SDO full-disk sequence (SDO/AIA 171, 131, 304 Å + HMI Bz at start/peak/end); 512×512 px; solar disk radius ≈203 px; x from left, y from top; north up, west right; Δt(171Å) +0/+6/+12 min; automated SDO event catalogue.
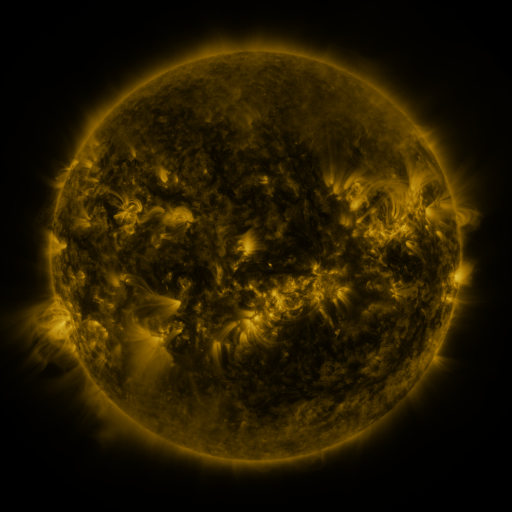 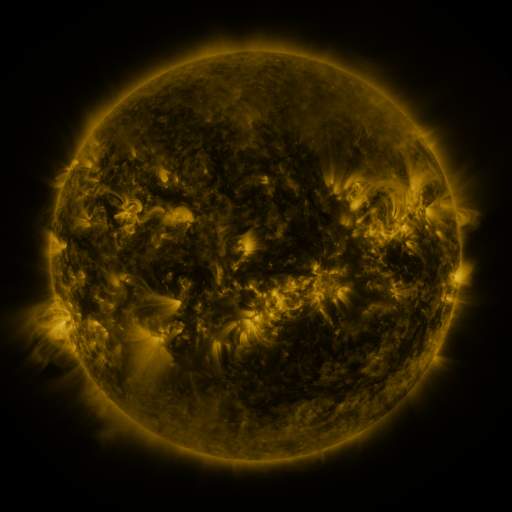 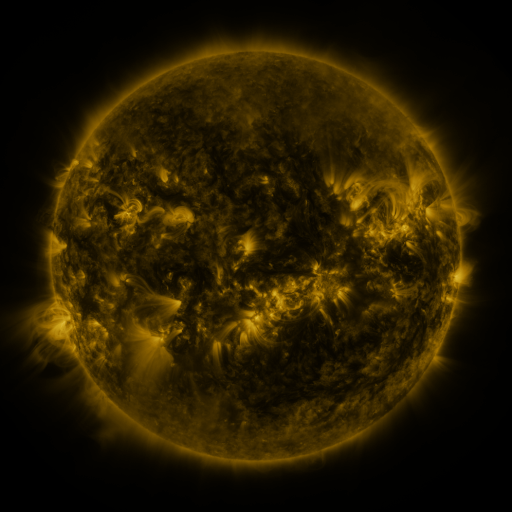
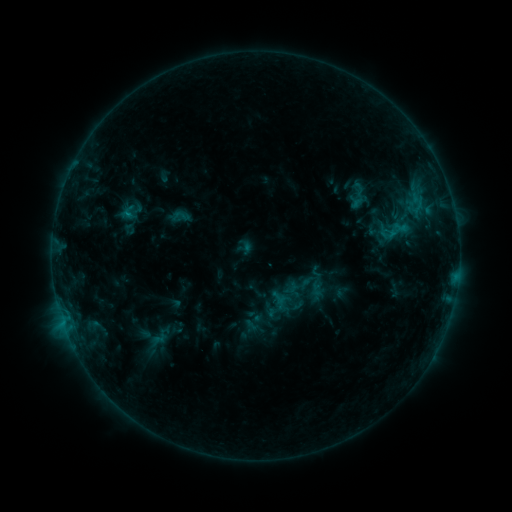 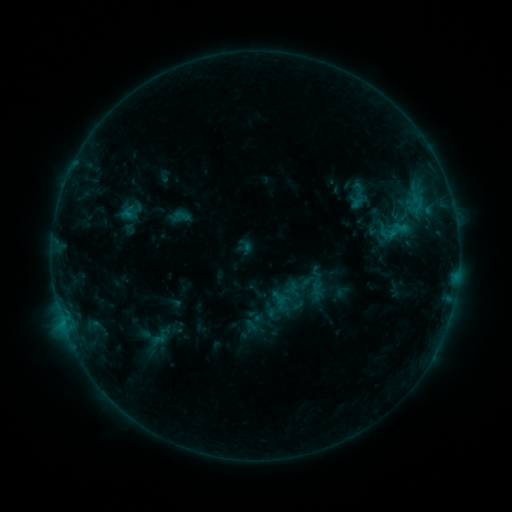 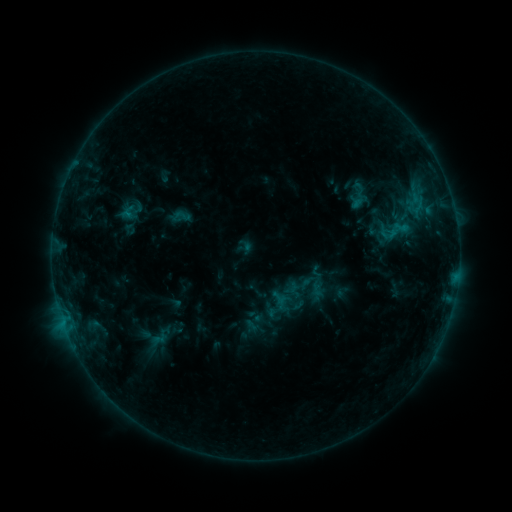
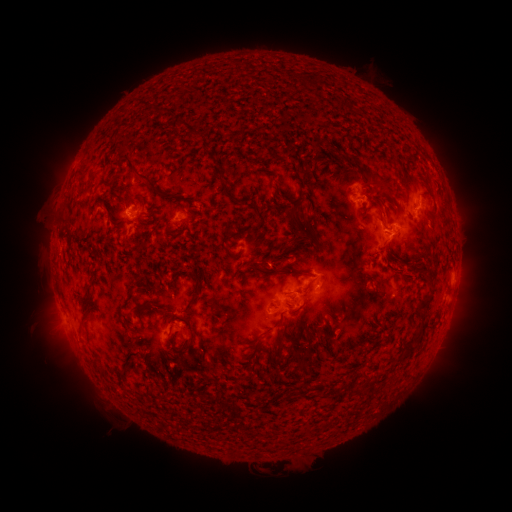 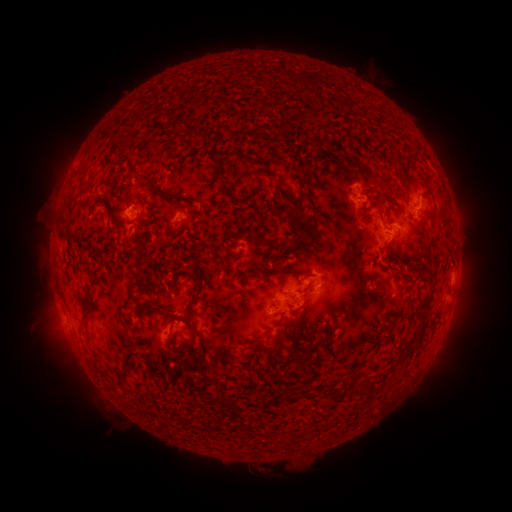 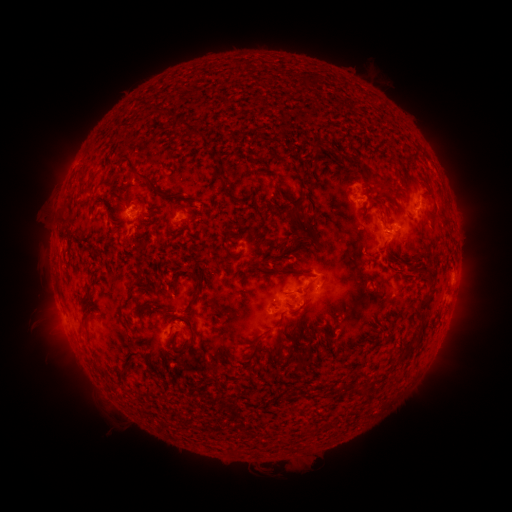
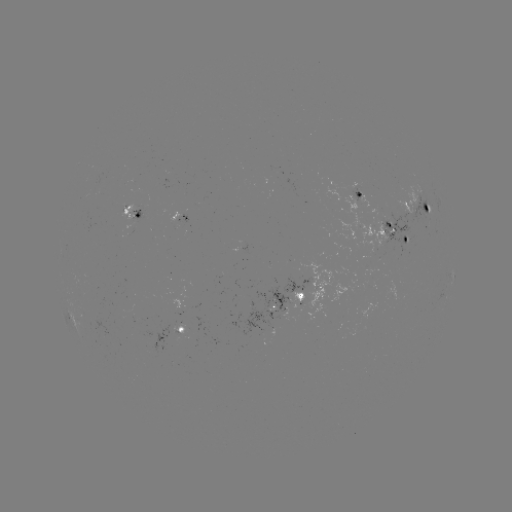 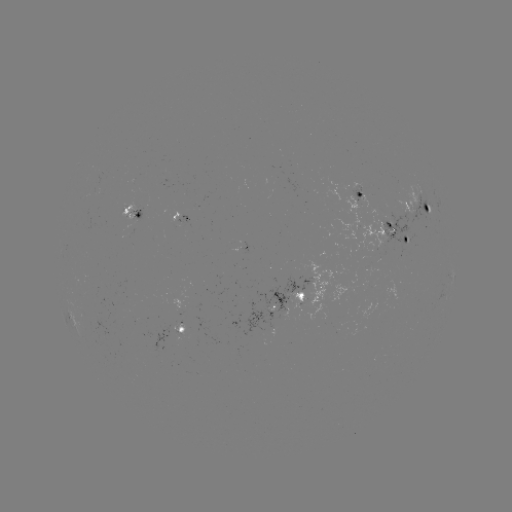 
nothing was catalogued: no classed flare, no EUV trigger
